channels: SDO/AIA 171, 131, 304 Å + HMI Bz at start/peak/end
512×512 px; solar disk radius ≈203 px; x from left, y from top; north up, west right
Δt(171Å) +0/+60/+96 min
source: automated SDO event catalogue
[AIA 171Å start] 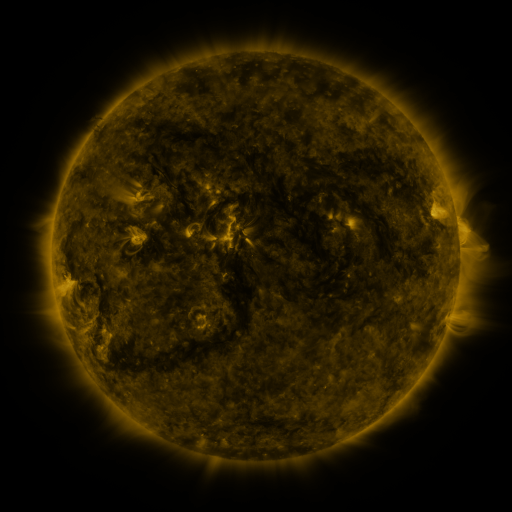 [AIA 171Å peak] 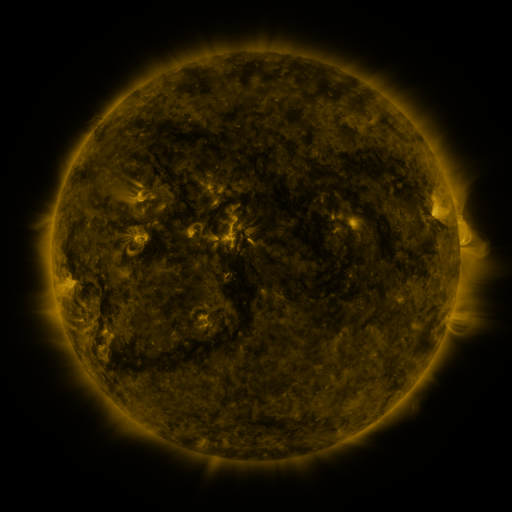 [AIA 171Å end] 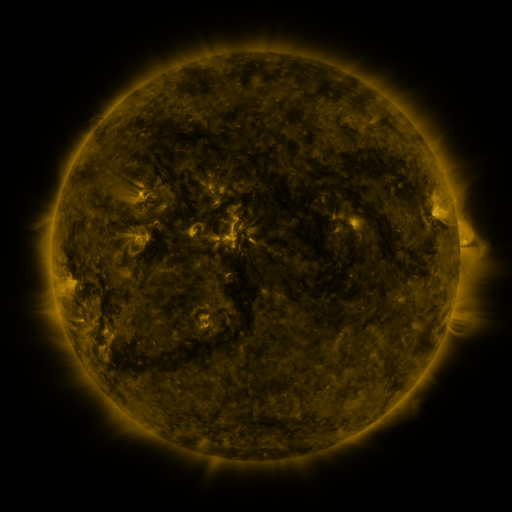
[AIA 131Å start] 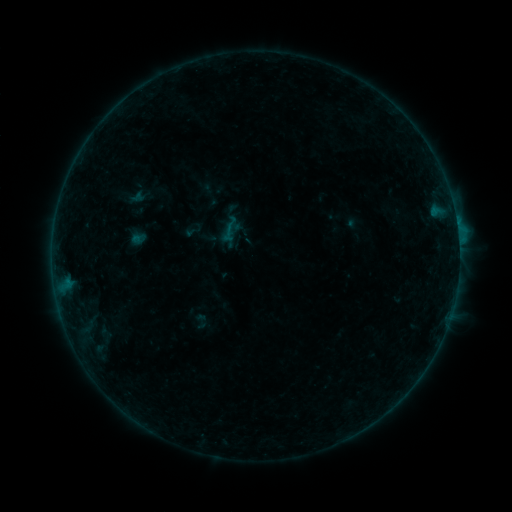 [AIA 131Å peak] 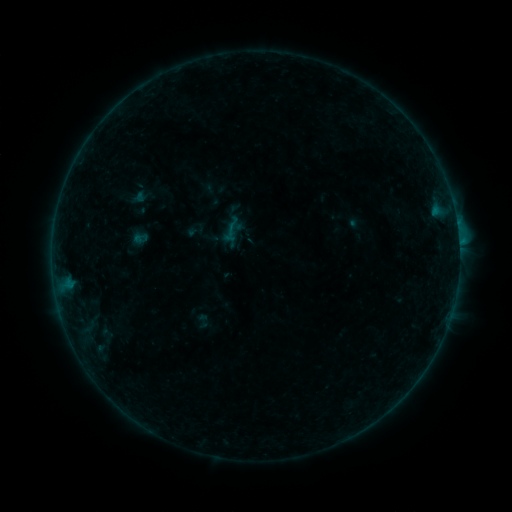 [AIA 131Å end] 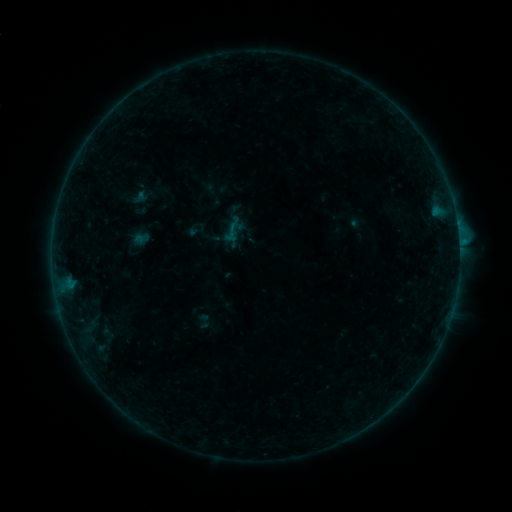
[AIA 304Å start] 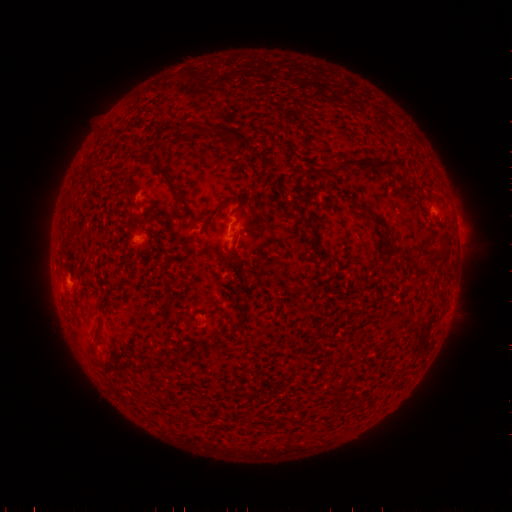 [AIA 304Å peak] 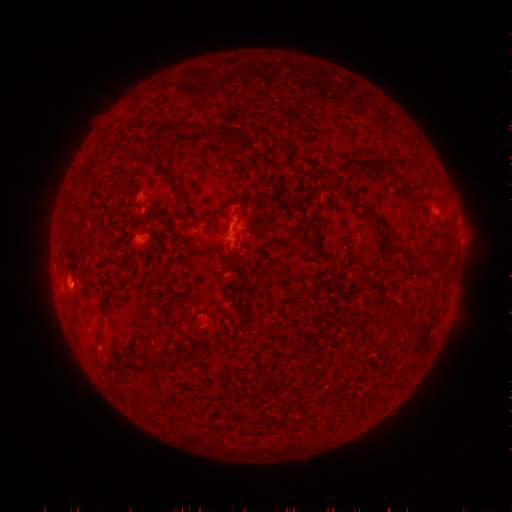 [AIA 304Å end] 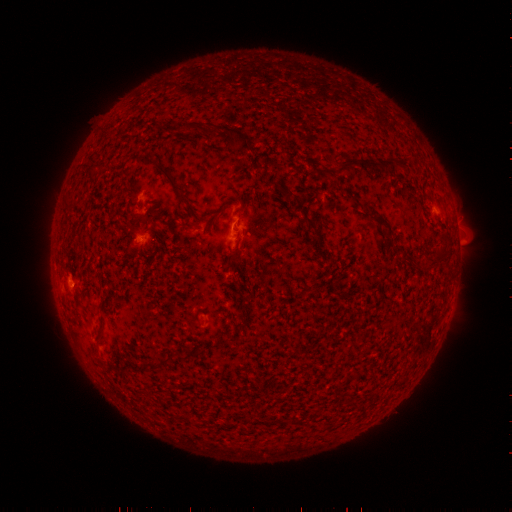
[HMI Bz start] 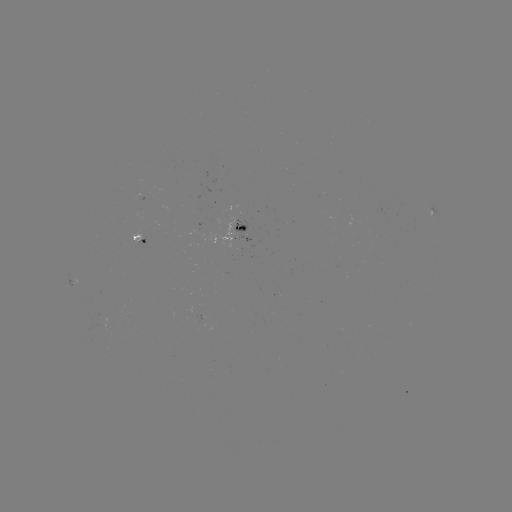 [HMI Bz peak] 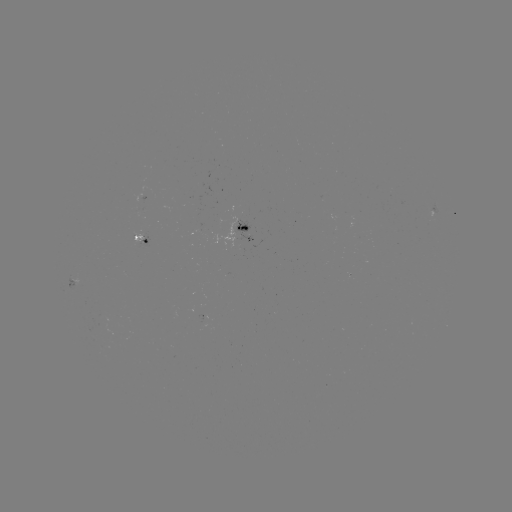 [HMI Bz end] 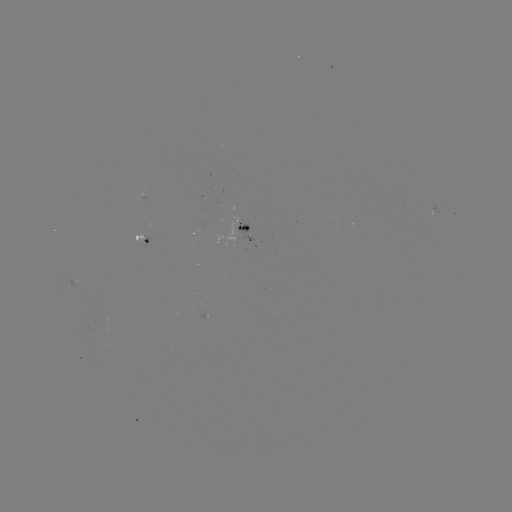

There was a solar emerging-flux region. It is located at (203, 234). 